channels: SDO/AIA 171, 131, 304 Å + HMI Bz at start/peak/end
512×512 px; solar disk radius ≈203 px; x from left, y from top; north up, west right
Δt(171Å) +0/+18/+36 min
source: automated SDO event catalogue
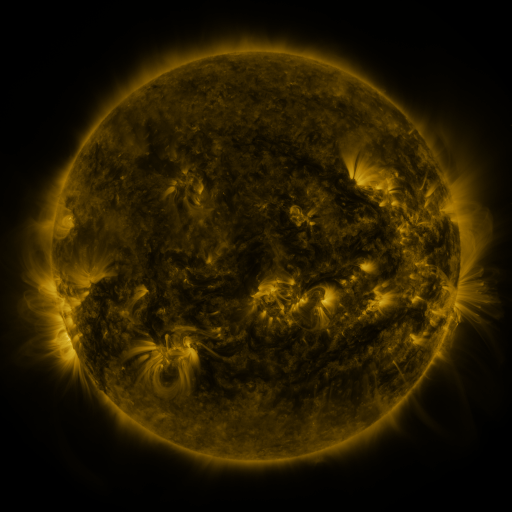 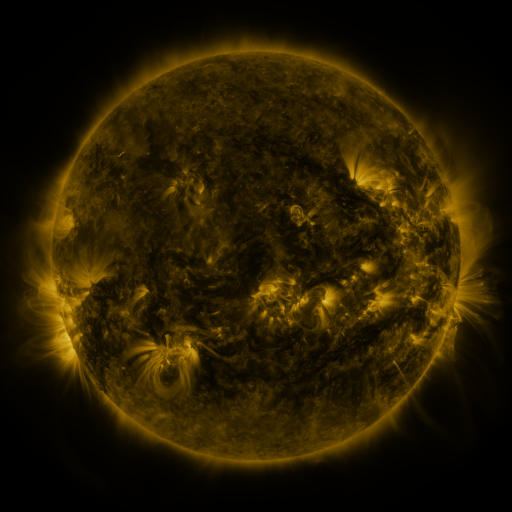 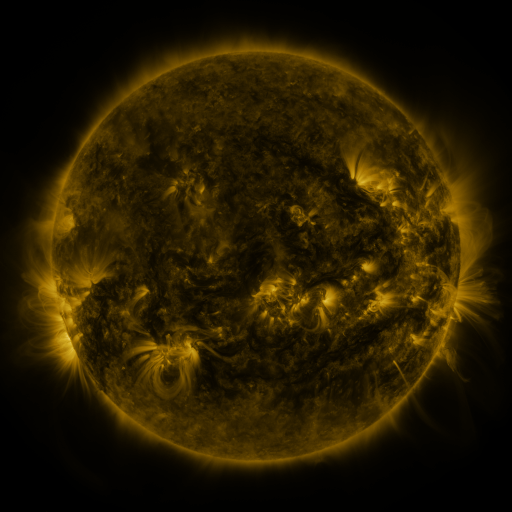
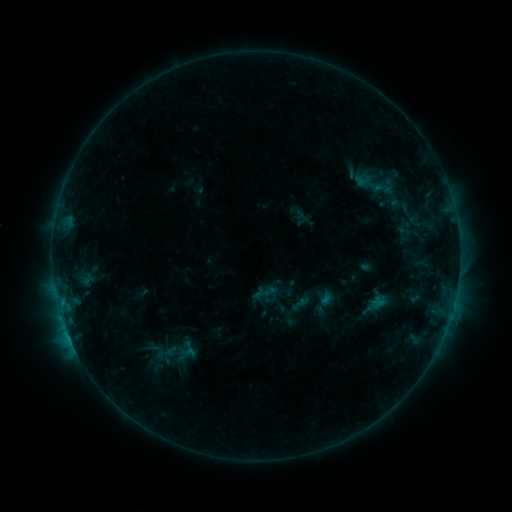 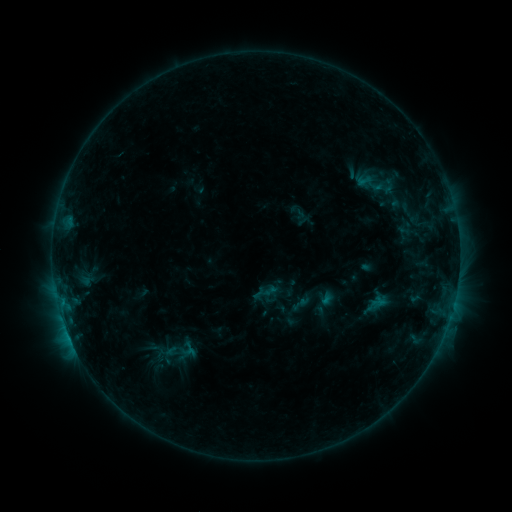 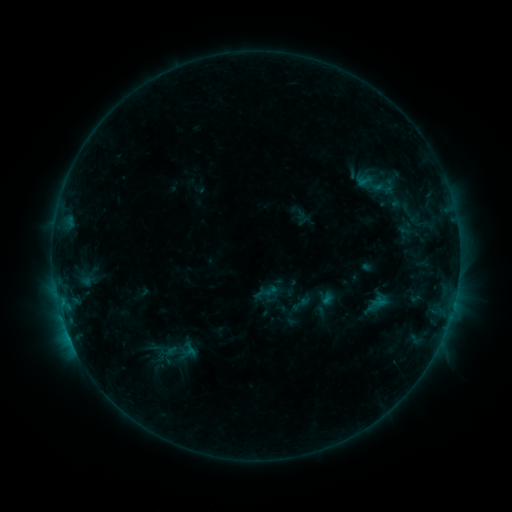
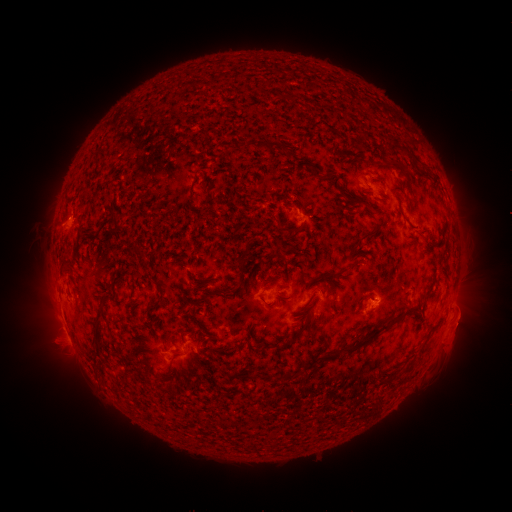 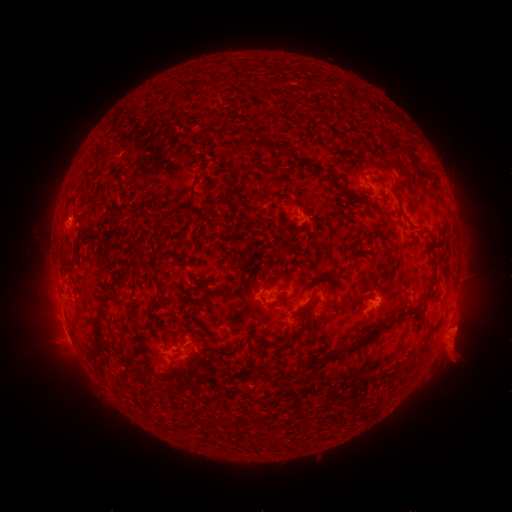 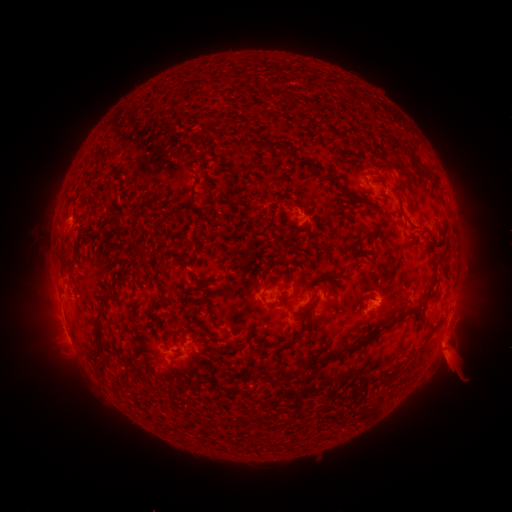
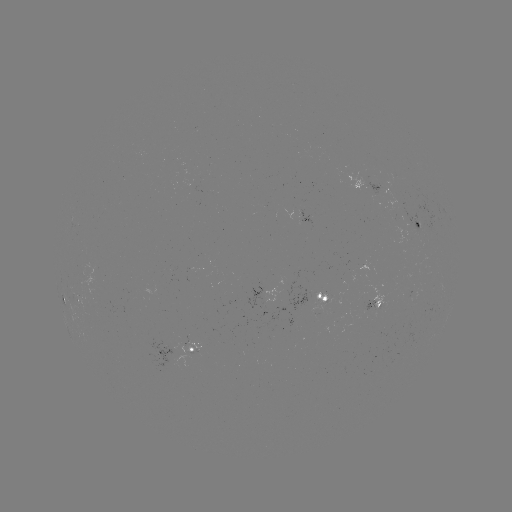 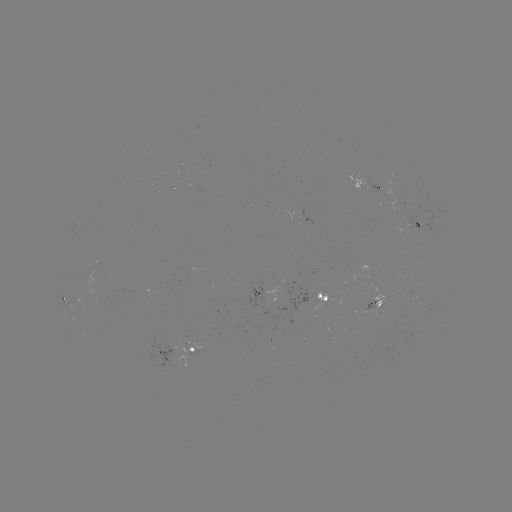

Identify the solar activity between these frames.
eruption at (457, 345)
